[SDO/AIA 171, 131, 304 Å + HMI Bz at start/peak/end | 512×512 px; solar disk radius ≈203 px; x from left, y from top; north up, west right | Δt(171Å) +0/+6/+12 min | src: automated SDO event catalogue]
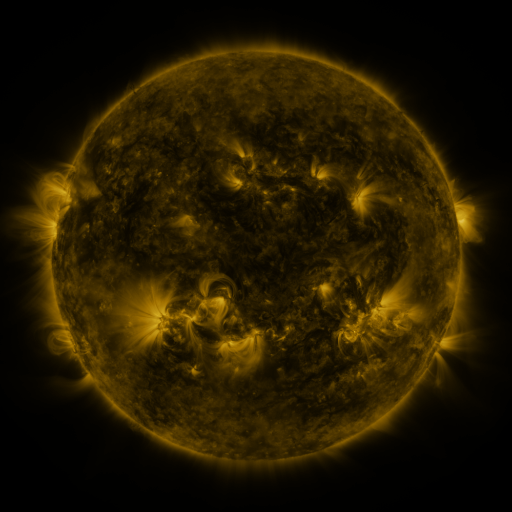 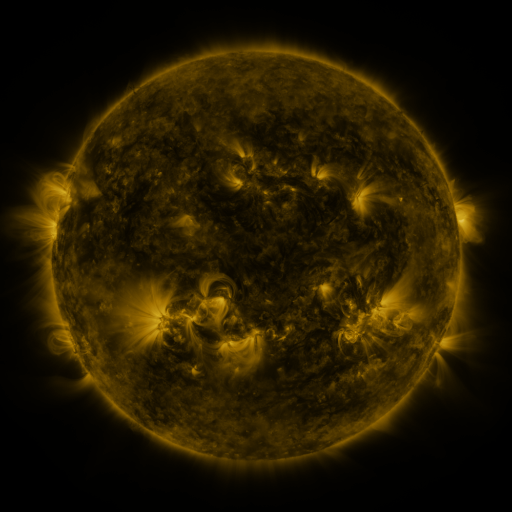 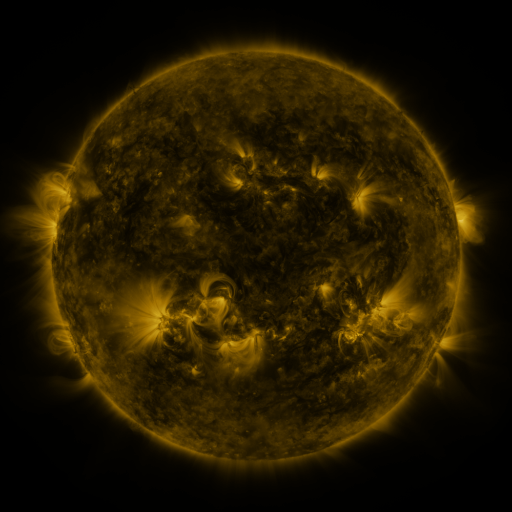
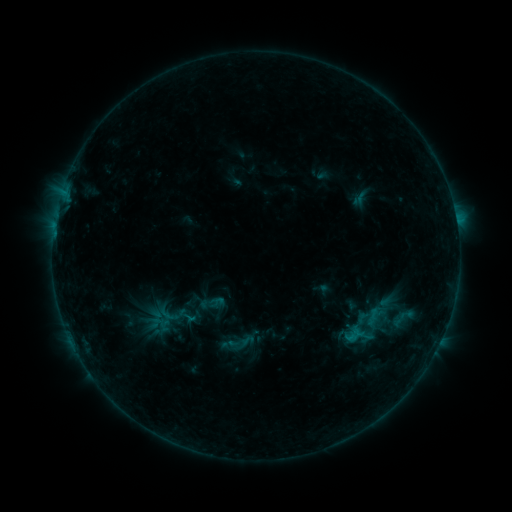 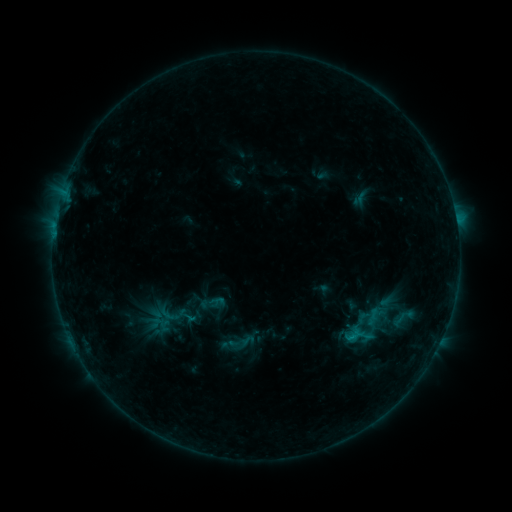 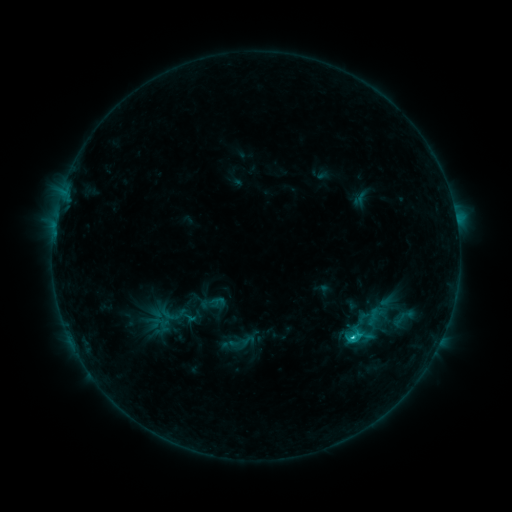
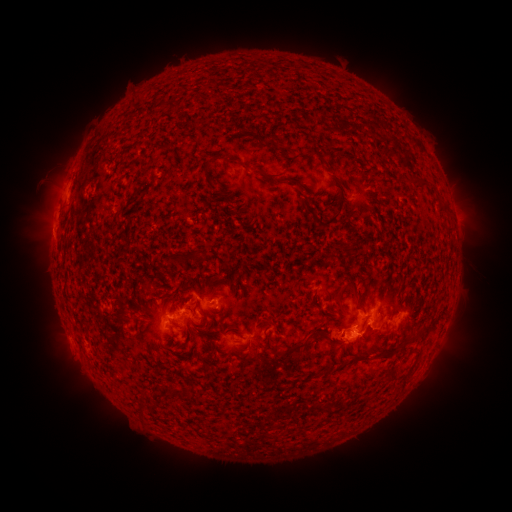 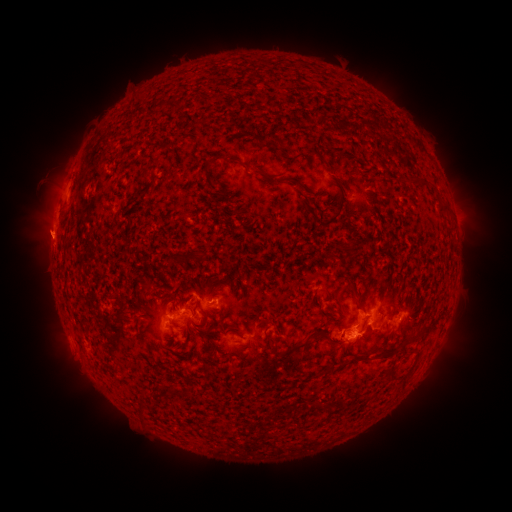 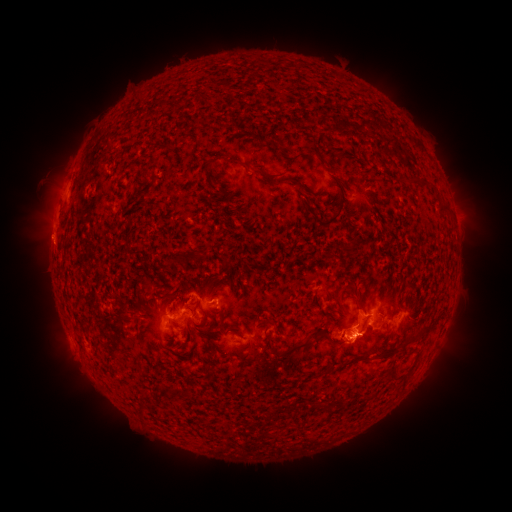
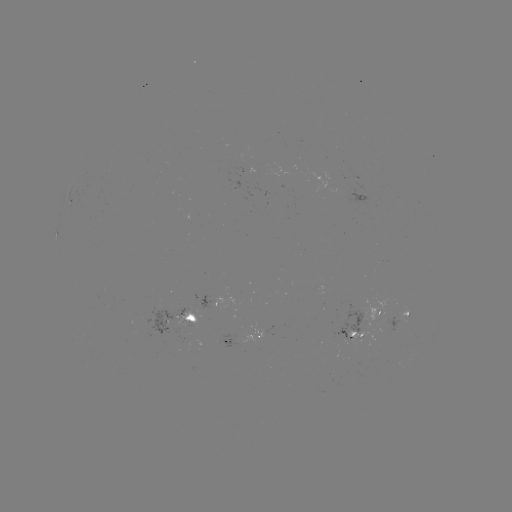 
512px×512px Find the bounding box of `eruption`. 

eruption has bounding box [15, 206, 75, 264].